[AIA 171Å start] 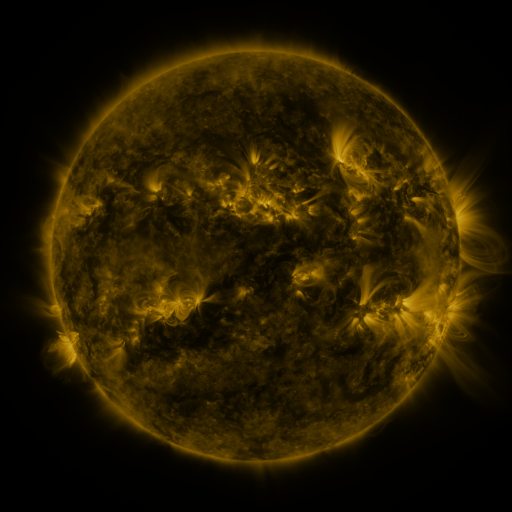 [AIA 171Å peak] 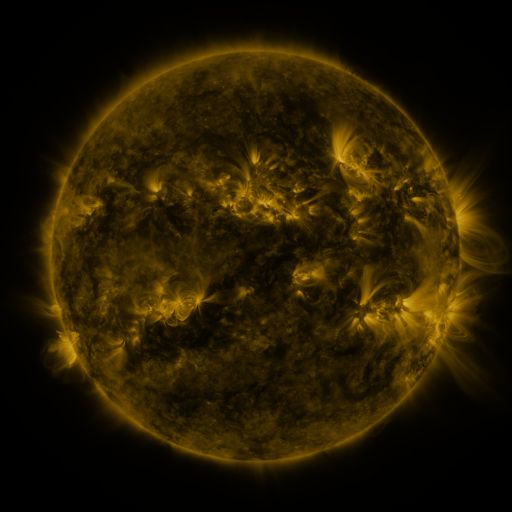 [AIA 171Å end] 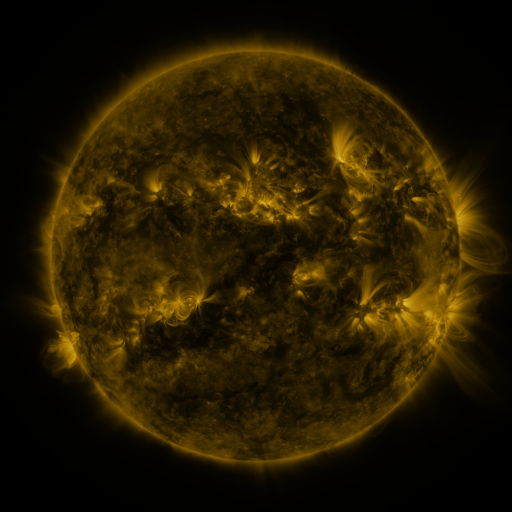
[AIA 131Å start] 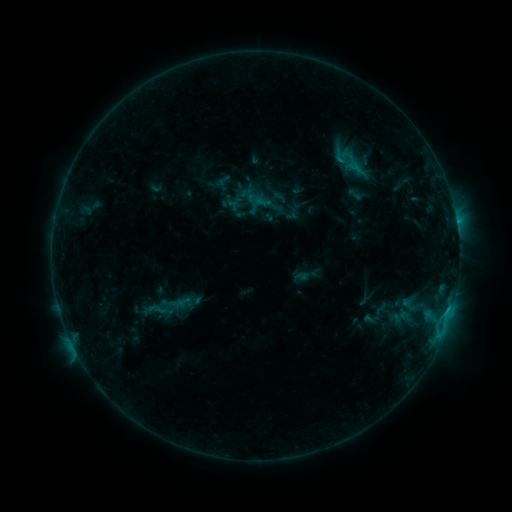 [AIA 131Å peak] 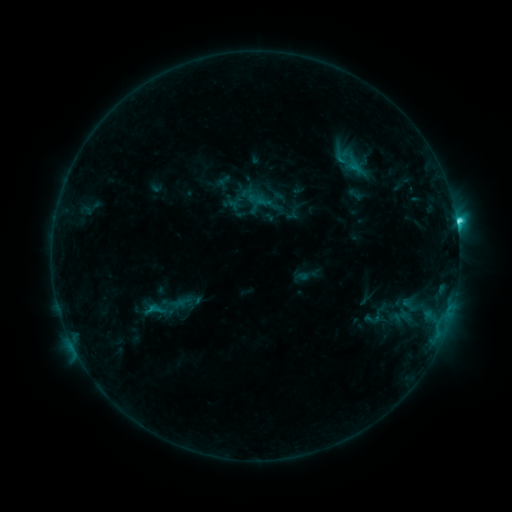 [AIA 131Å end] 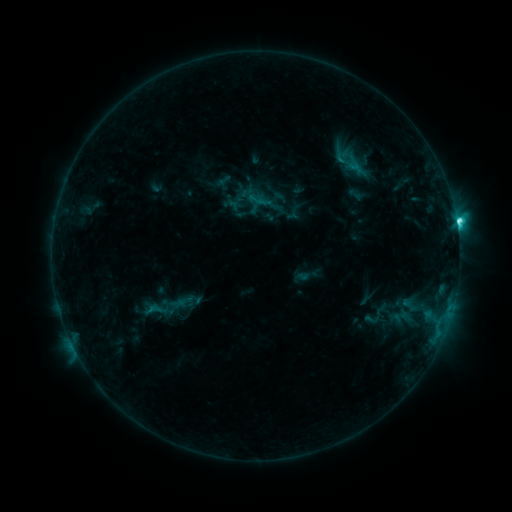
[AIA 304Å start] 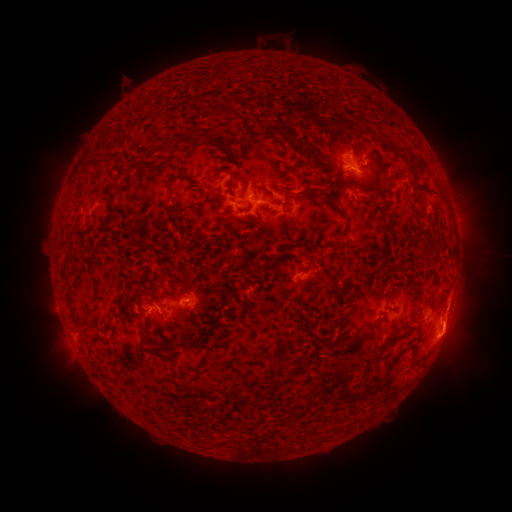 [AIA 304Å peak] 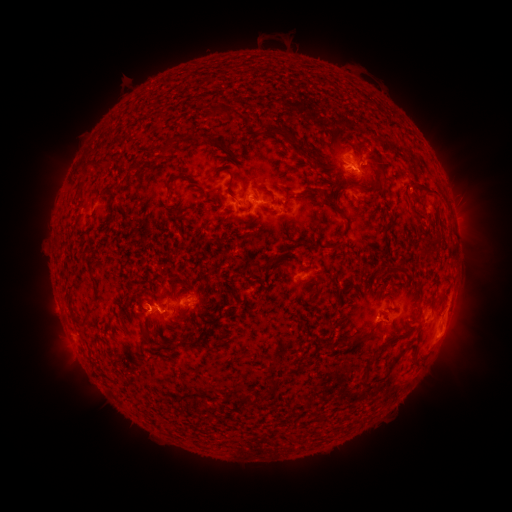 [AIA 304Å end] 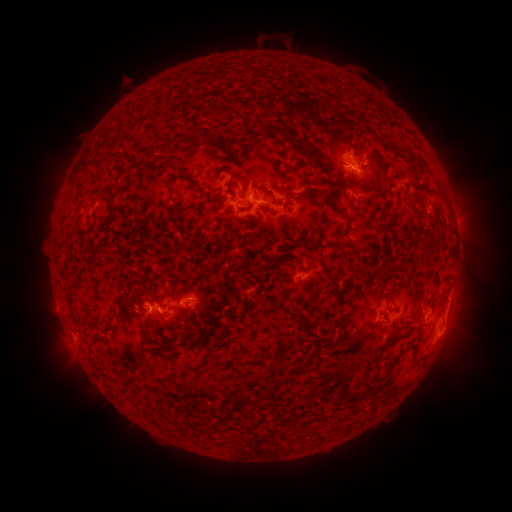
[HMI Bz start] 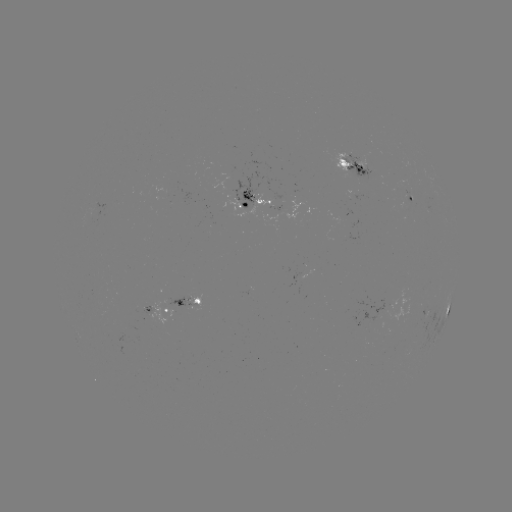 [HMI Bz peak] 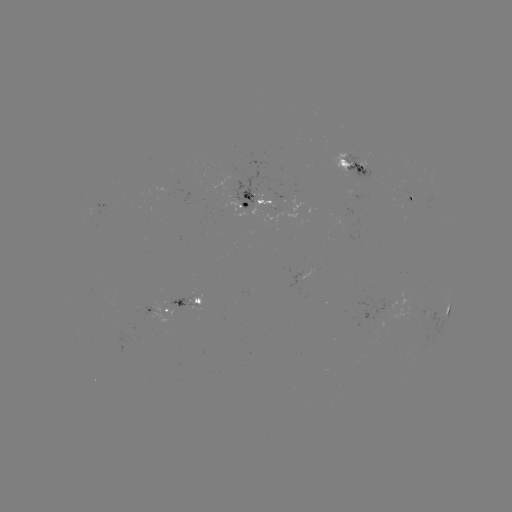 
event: flare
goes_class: C4.0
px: (456, 223)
